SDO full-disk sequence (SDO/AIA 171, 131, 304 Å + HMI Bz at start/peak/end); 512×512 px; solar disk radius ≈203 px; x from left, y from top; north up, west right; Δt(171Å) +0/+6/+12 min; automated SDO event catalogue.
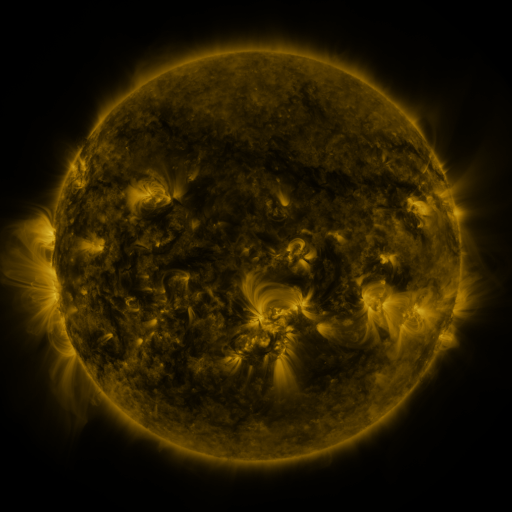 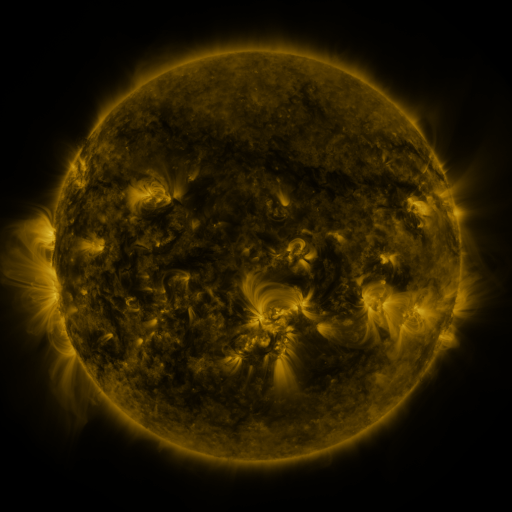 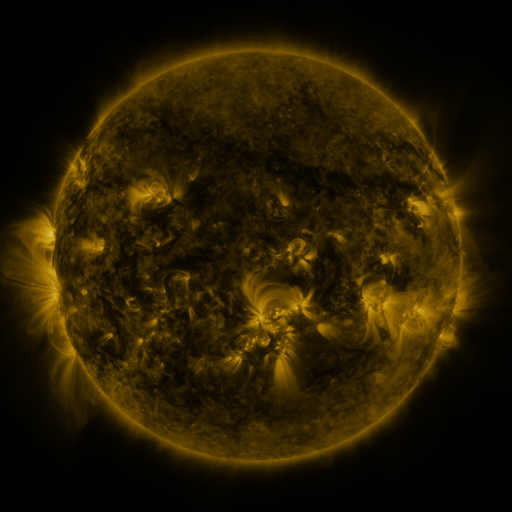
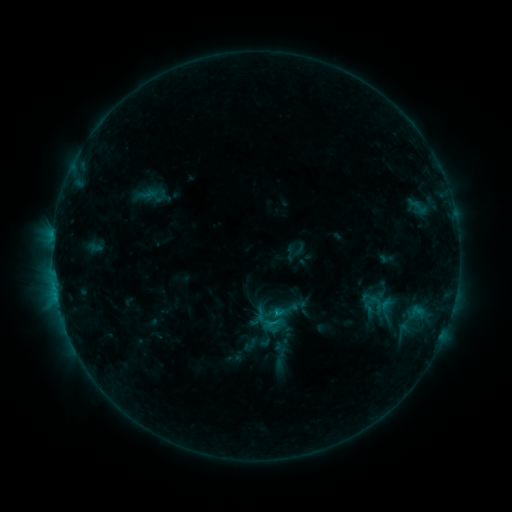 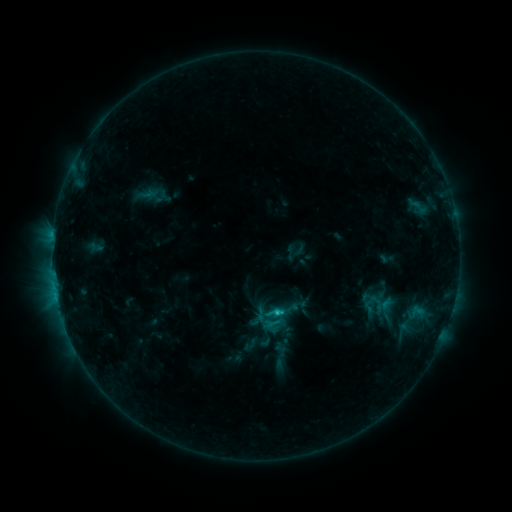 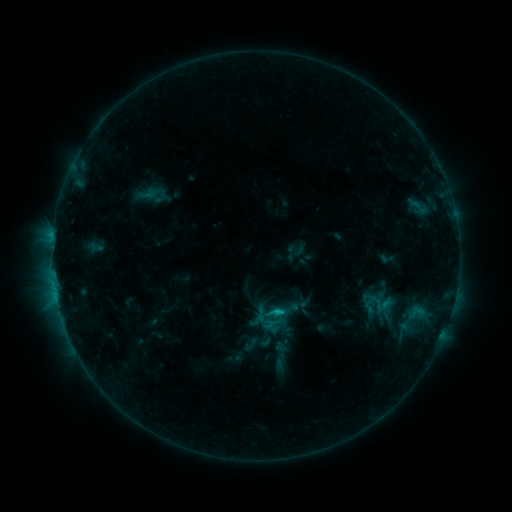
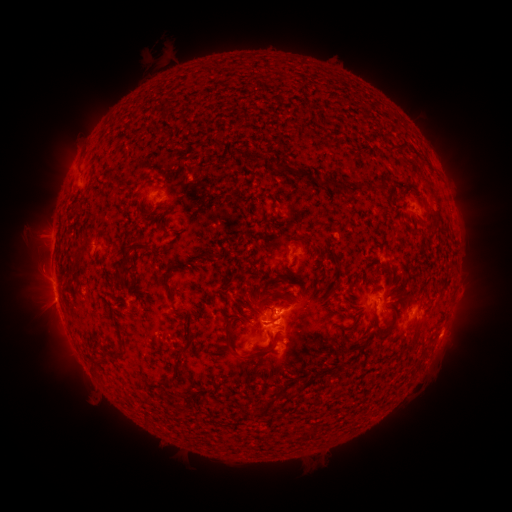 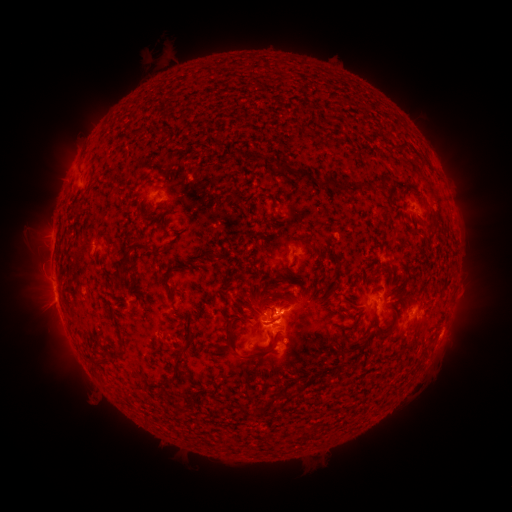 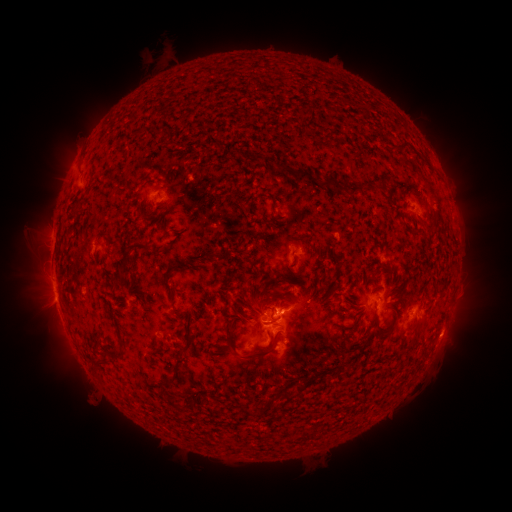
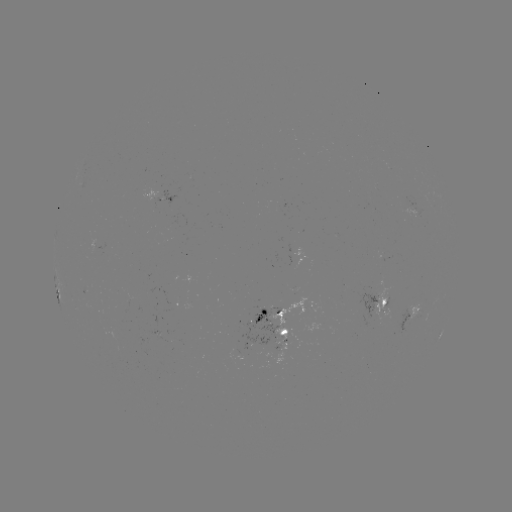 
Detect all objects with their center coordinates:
C1.4 flare: (276, 312)
